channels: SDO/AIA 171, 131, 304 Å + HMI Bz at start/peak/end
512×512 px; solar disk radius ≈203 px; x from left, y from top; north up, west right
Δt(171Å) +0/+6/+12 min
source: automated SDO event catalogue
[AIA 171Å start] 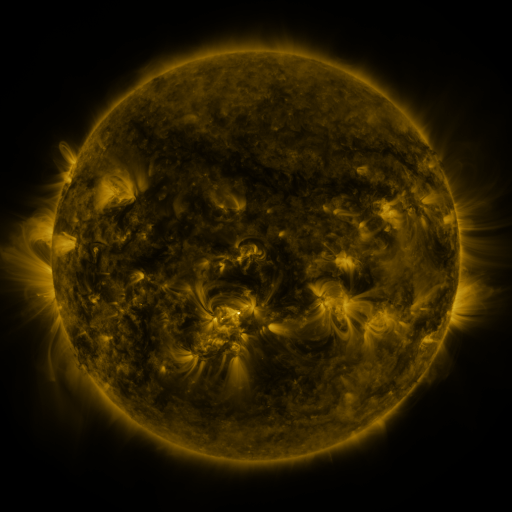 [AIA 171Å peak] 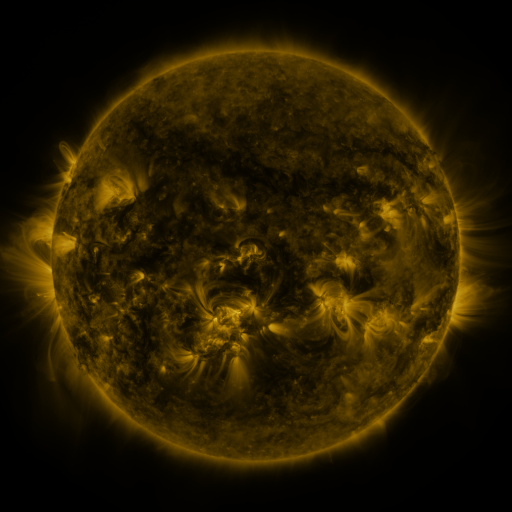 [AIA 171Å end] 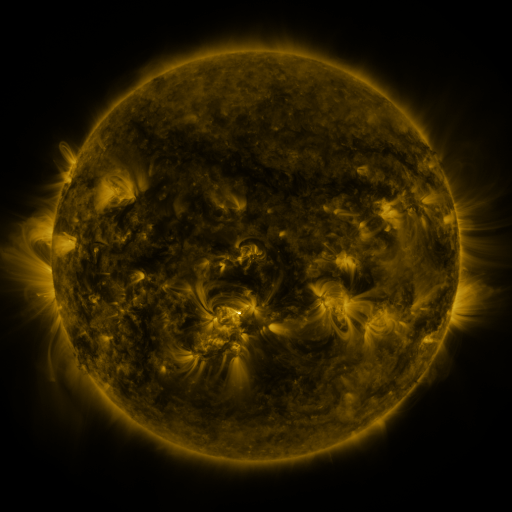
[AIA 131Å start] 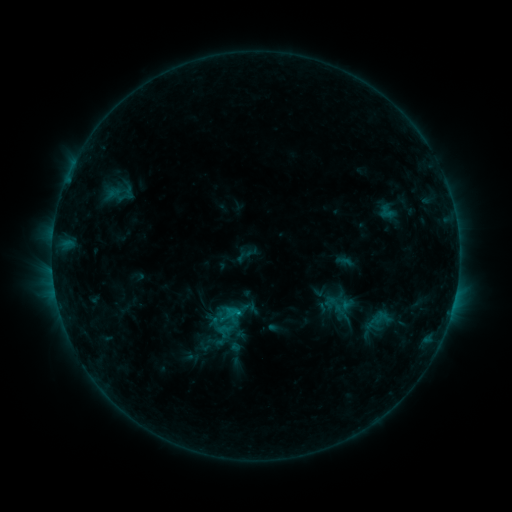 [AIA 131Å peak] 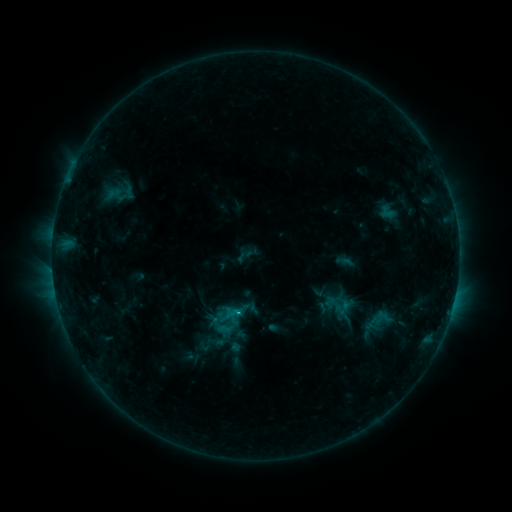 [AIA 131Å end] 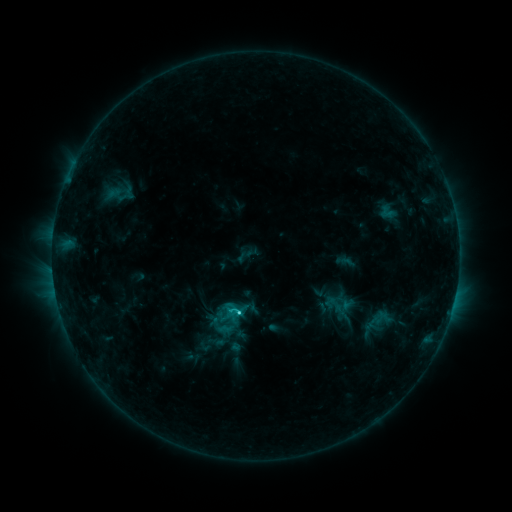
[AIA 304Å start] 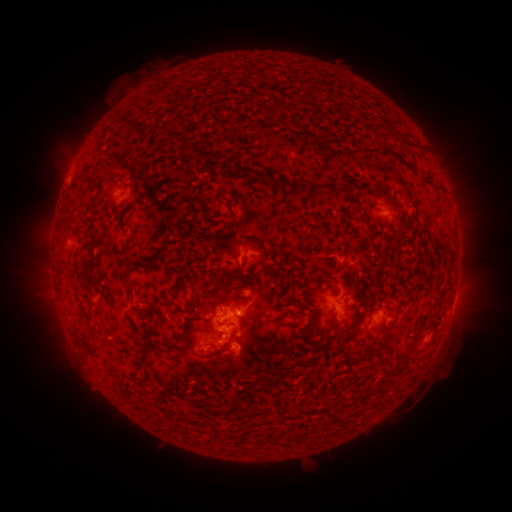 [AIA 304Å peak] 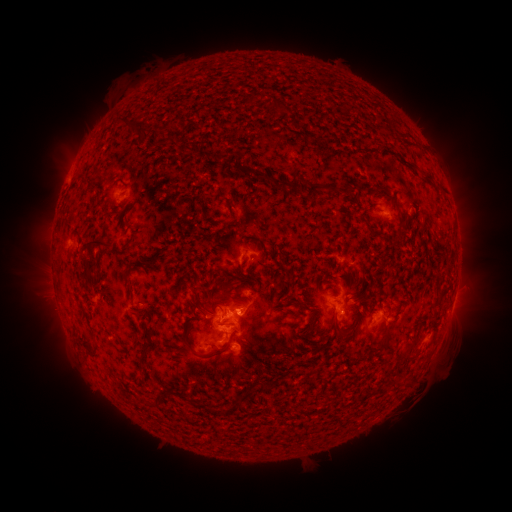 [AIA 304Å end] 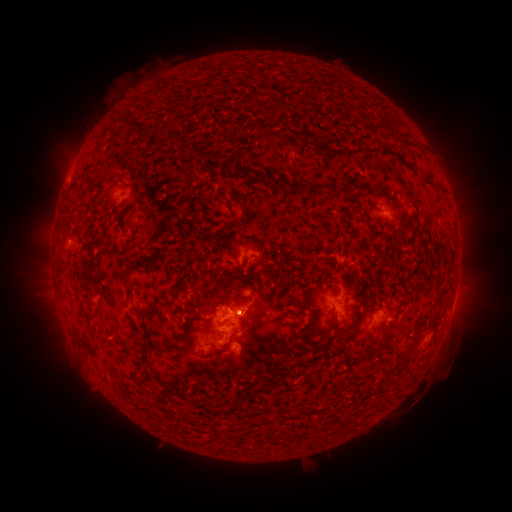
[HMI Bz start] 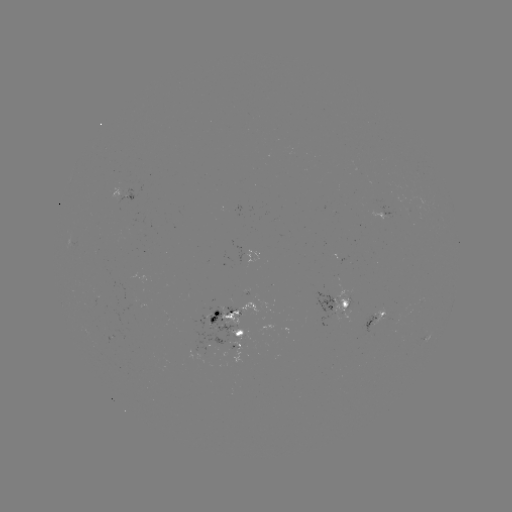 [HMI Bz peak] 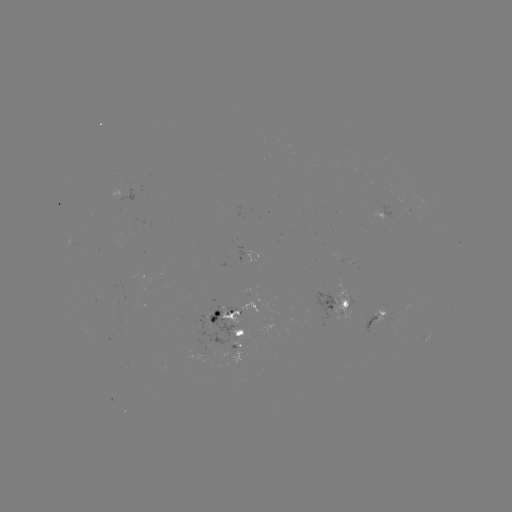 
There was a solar flare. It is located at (238, 313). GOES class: C3.5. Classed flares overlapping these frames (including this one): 1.